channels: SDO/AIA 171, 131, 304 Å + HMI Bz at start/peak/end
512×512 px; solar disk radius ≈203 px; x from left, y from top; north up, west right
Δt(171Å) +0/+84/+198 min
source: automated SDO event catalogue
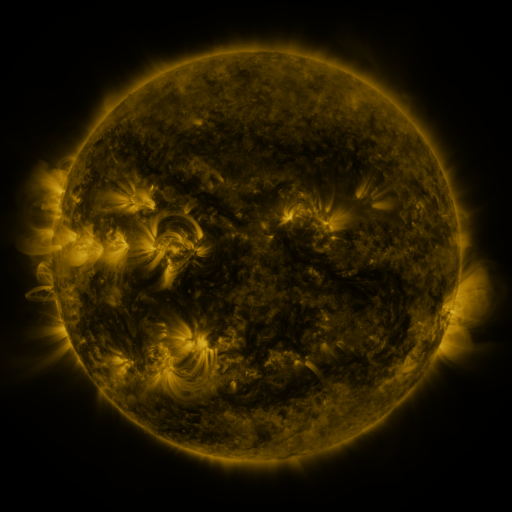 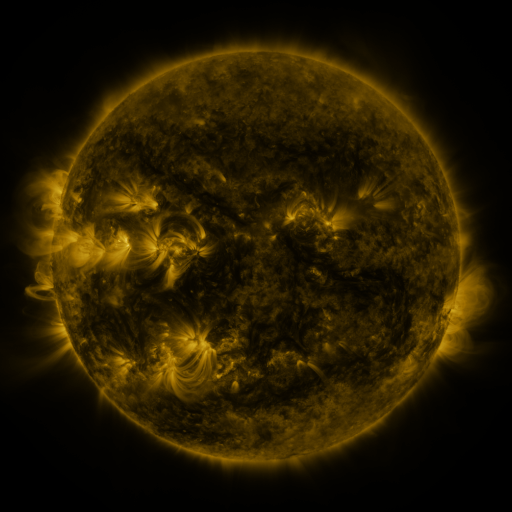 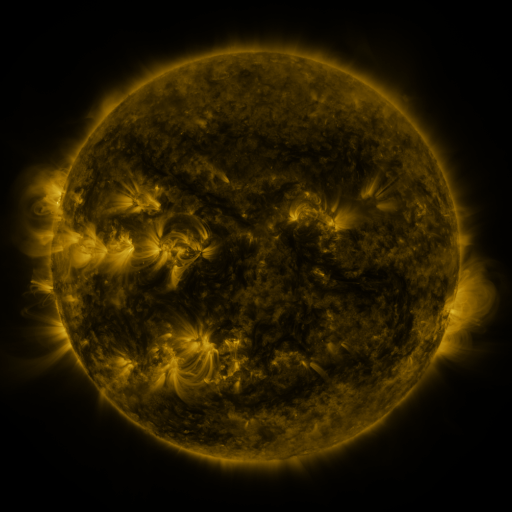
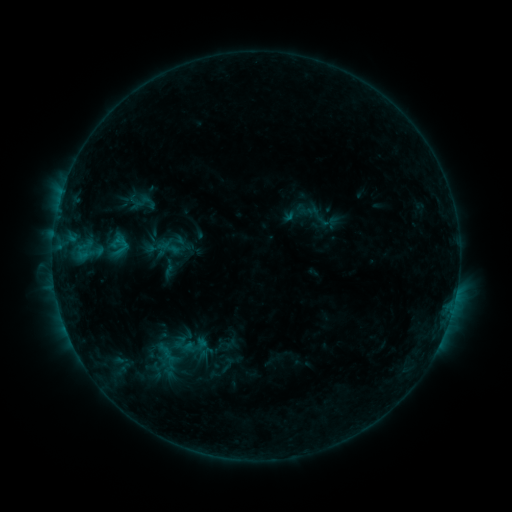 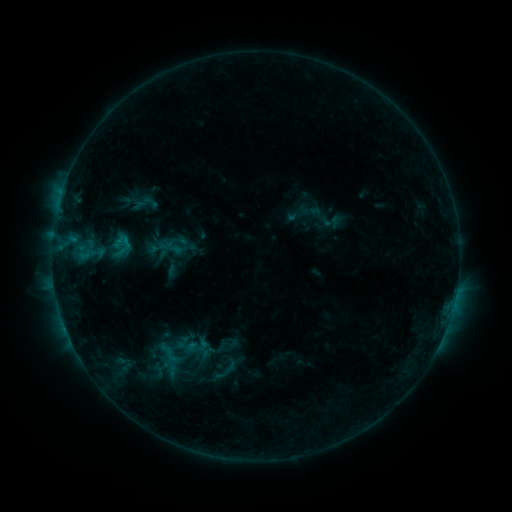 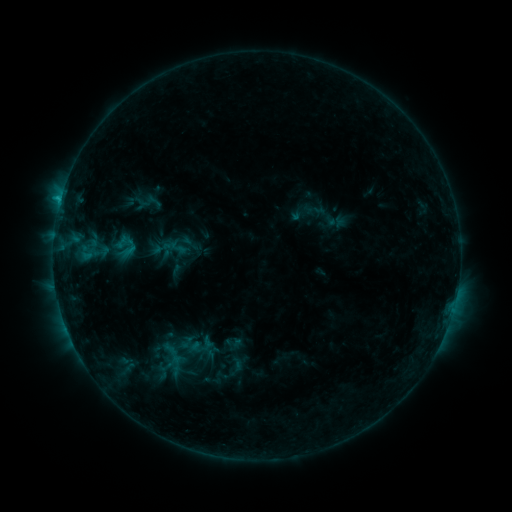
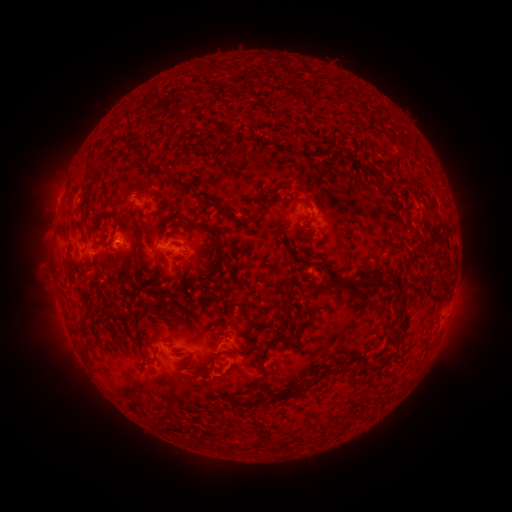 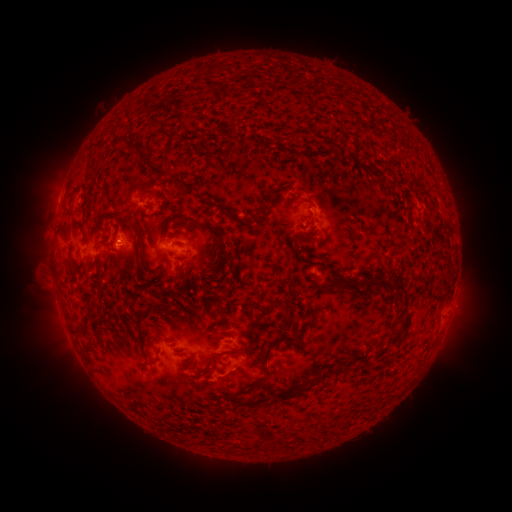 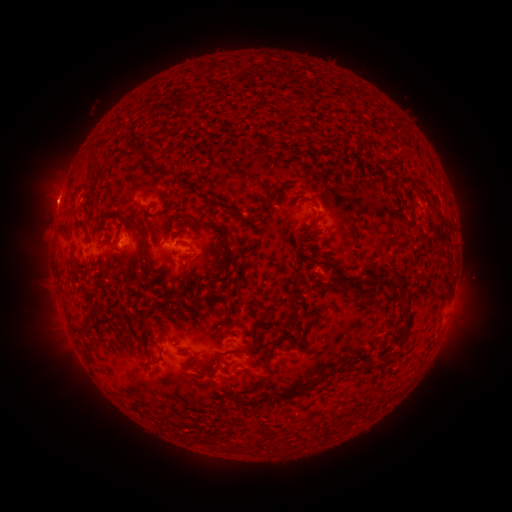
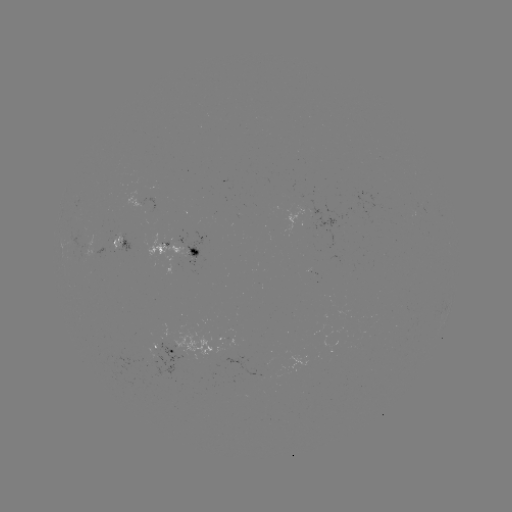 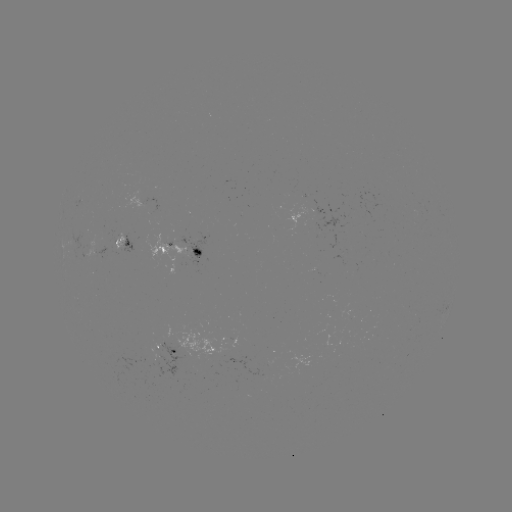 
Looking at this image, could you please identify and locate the emerging-flux region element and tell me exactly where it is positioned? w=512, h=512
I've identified emerging-flux region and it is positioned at [115, 237].